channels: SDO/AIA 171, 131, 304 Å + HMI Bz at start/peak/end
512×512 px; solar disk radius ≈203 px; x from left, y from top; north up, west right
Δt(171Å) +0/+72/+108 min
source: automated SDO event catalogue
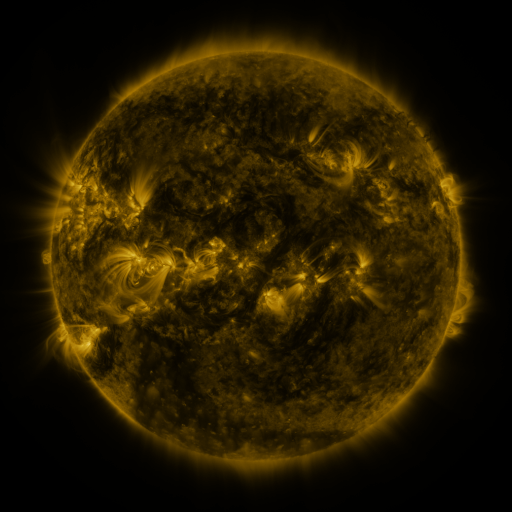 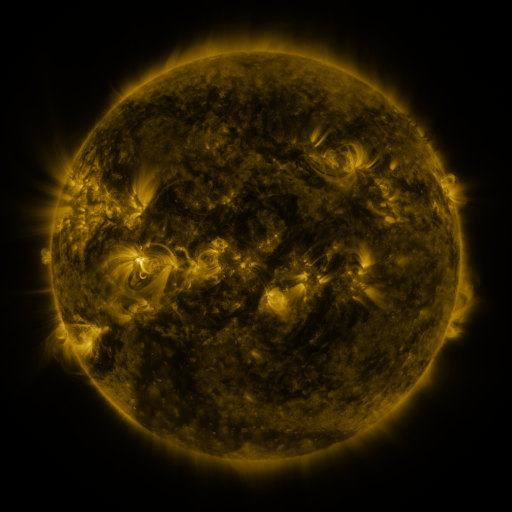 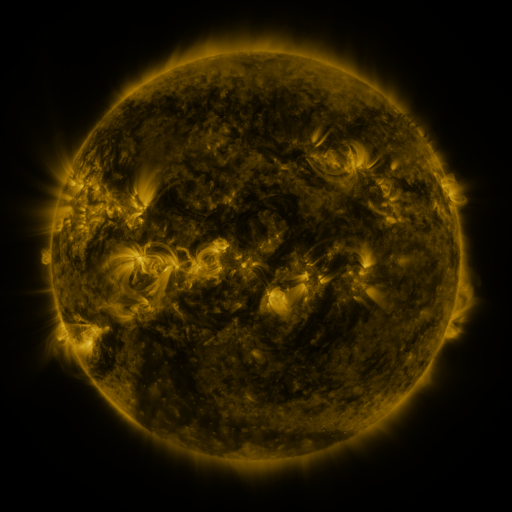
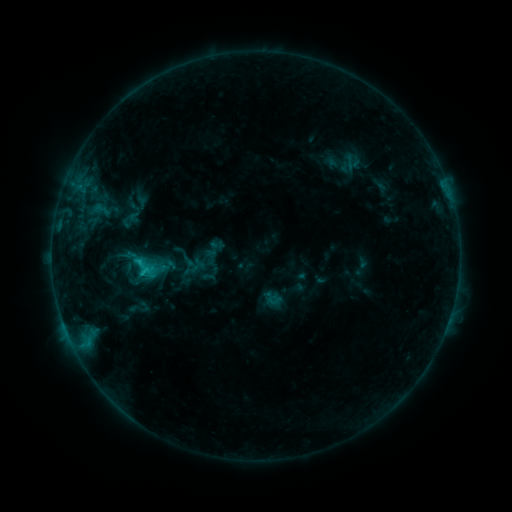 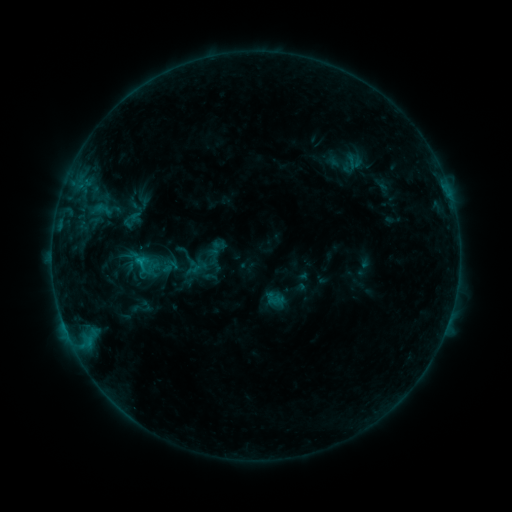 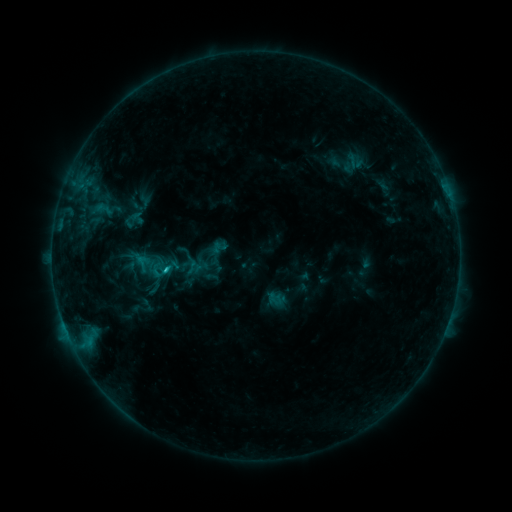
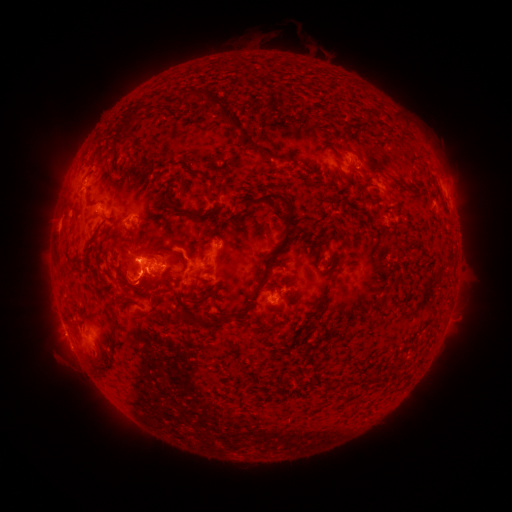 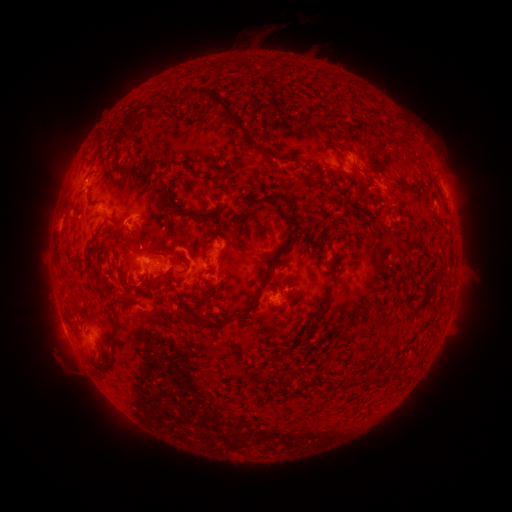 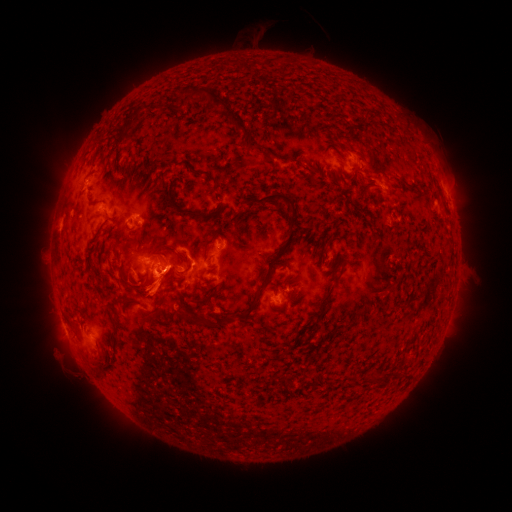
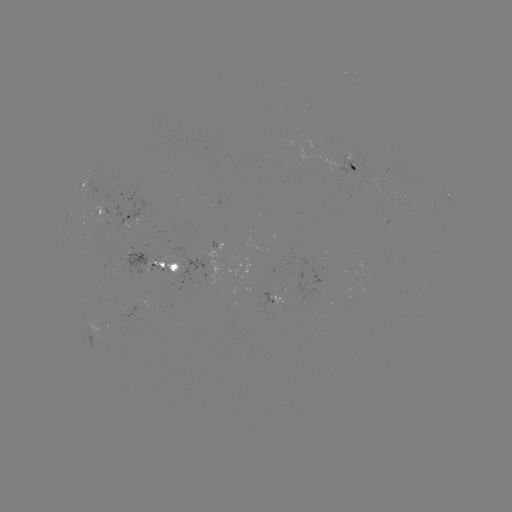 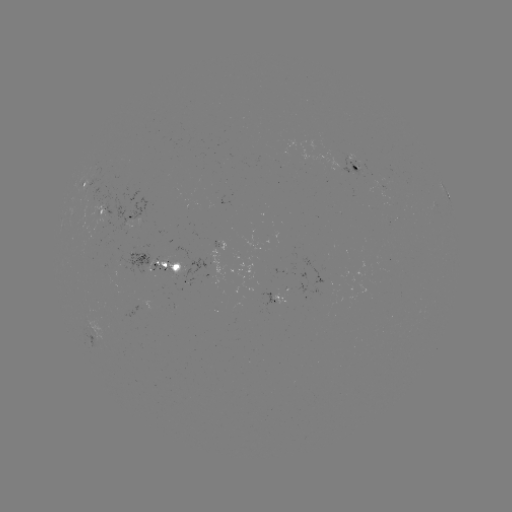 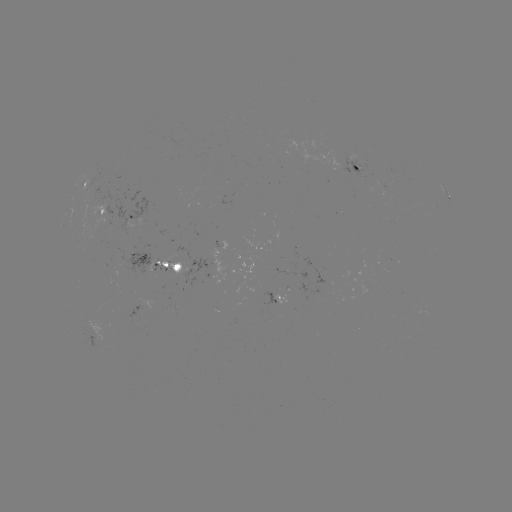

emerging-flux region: (94, 172, 148, 227)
